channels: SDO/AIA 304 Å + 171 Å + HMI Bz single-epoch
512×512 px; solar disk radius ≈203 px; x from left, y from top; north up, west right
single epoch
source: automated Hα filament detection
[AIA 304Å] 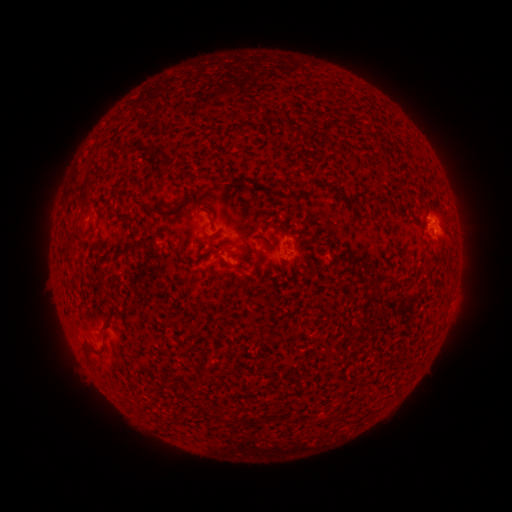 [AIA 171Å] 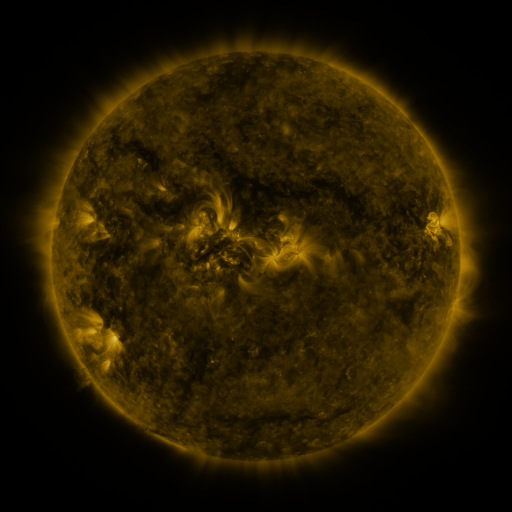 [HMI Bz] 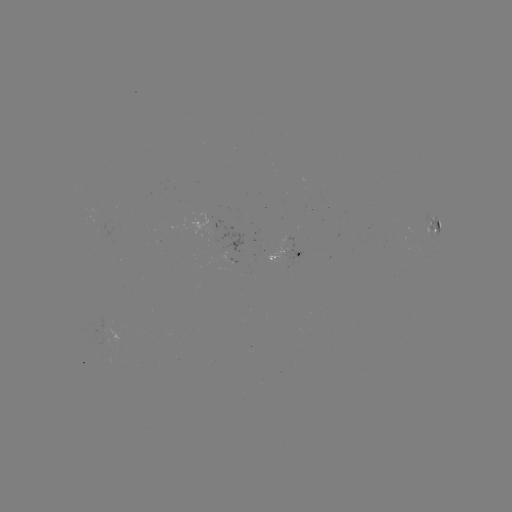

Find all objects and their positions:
filament: <bbox>98, 314, 114, 332</bbox>
filament: <bbox>86, 341, 105, 354</bbox>
